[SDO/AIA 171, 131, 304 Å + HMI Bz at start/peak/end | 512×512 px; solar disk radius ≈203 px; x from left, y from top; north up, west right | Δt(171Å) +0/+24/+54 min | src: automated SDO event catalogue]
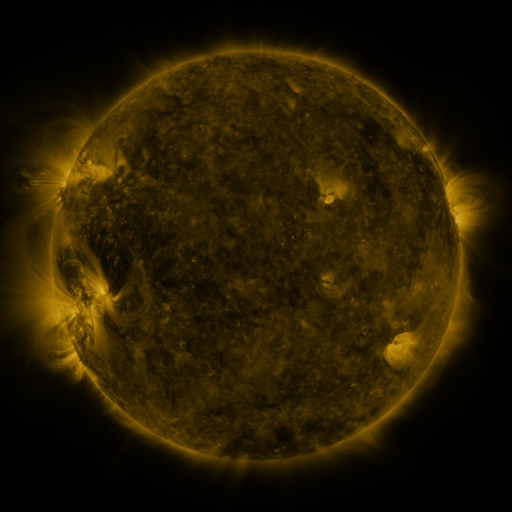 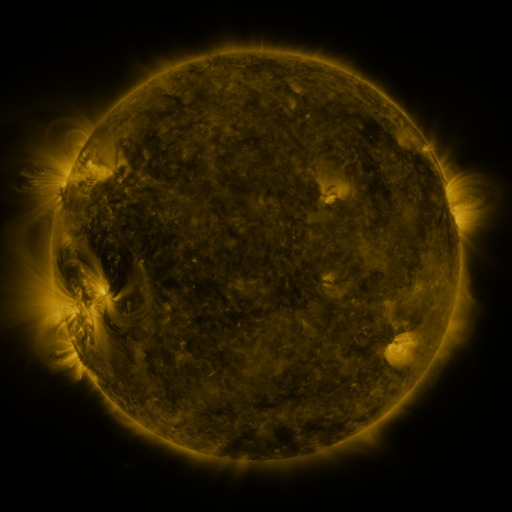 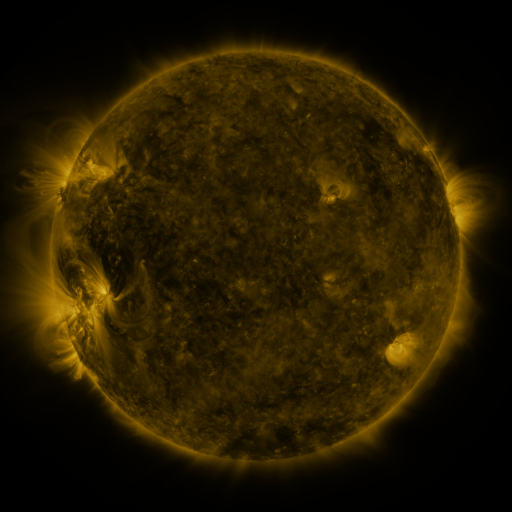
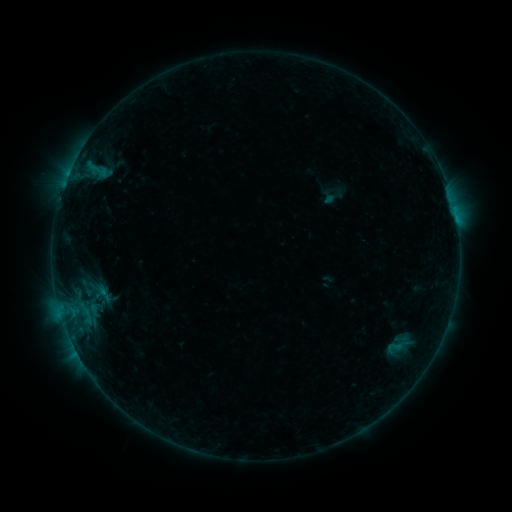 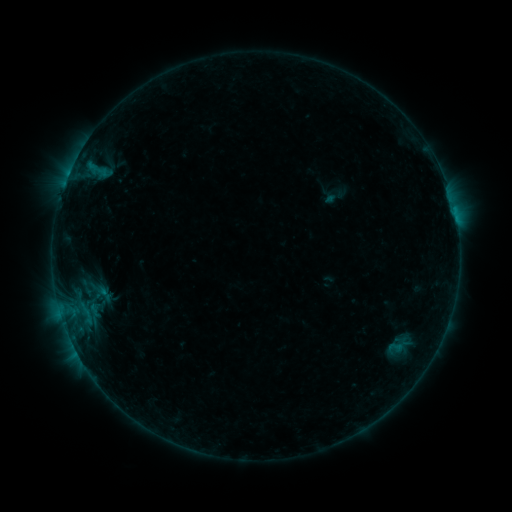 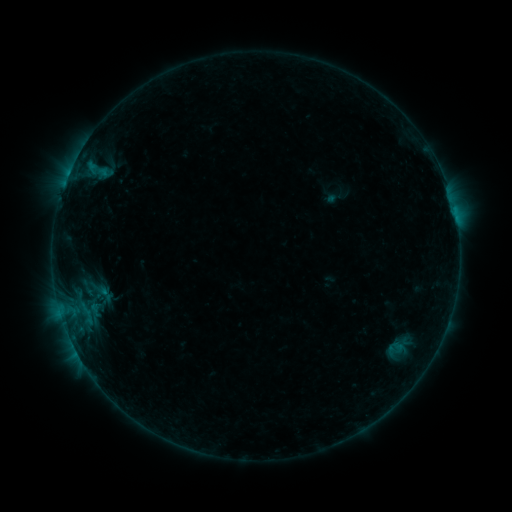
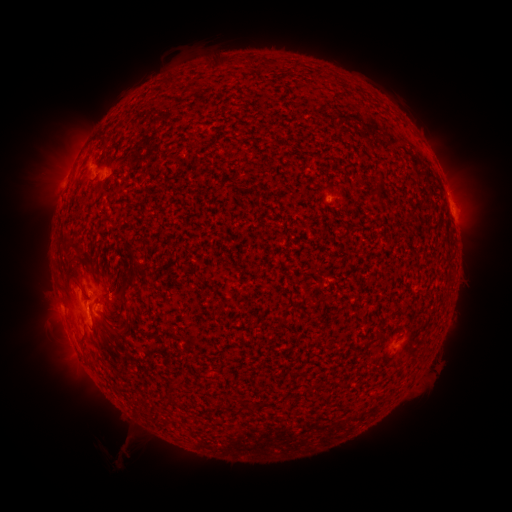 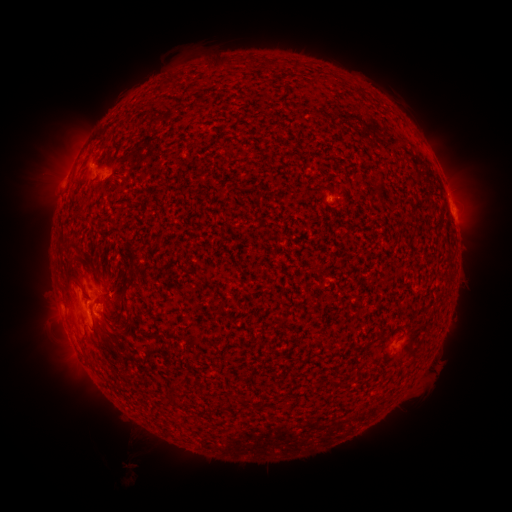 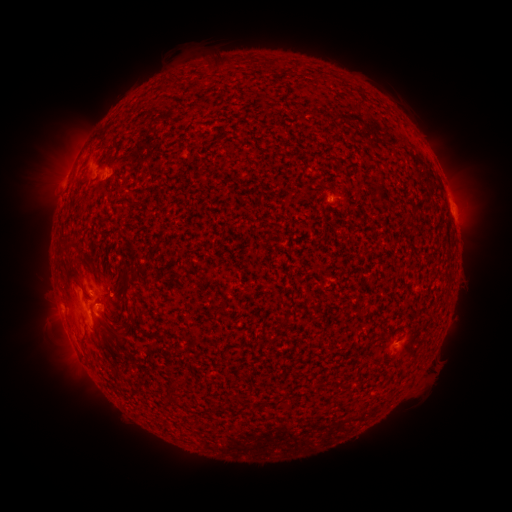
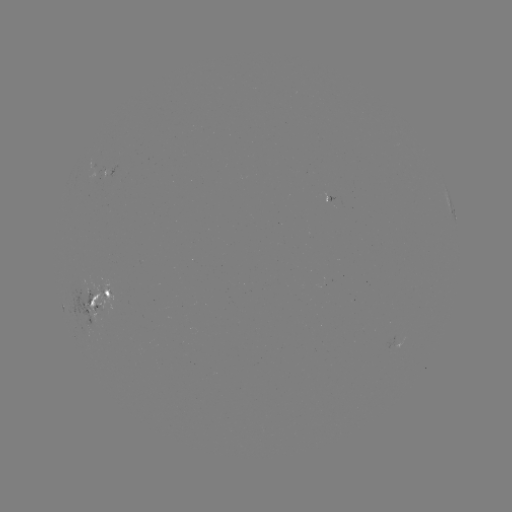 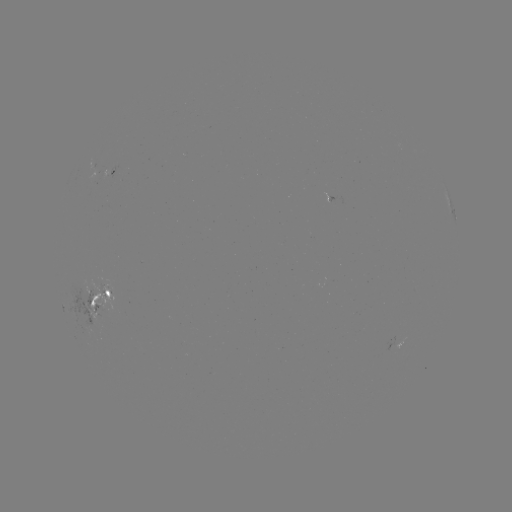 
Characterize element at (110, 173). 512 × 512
emerging-flux region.